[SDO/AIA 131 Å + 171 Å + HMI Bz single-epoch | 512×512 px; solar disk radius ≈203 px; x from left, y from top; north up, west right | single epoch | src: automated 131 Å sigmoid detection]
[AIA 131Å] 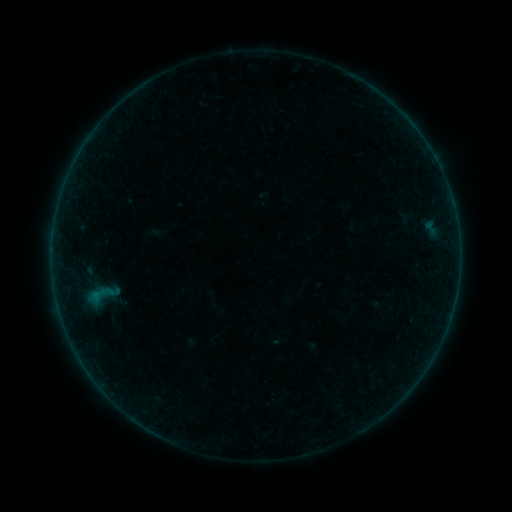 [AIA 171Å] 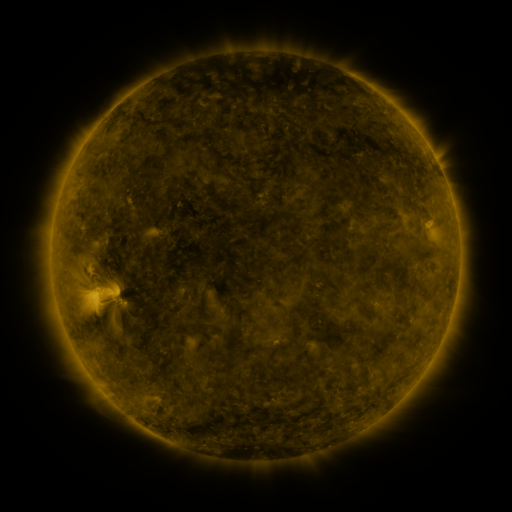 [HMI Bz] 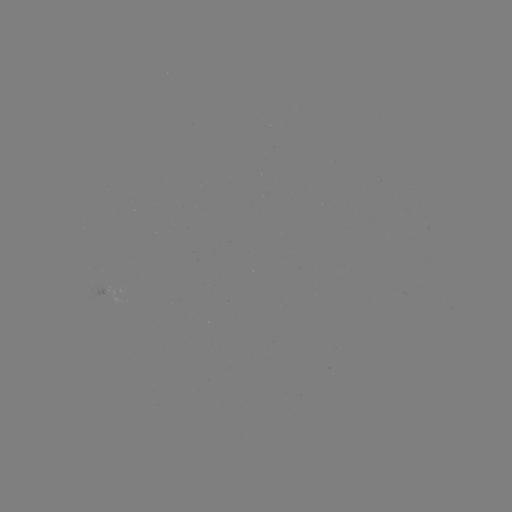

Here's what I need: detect sigmoid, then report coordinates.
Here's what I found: sigmoid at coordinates [99, 295].